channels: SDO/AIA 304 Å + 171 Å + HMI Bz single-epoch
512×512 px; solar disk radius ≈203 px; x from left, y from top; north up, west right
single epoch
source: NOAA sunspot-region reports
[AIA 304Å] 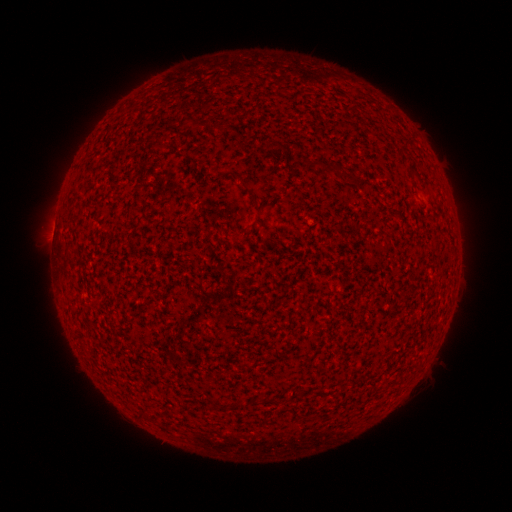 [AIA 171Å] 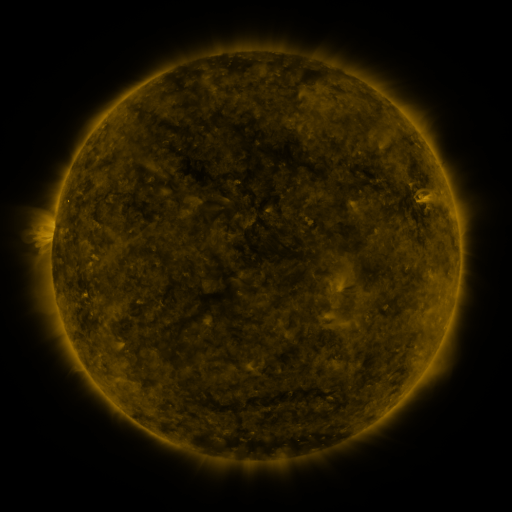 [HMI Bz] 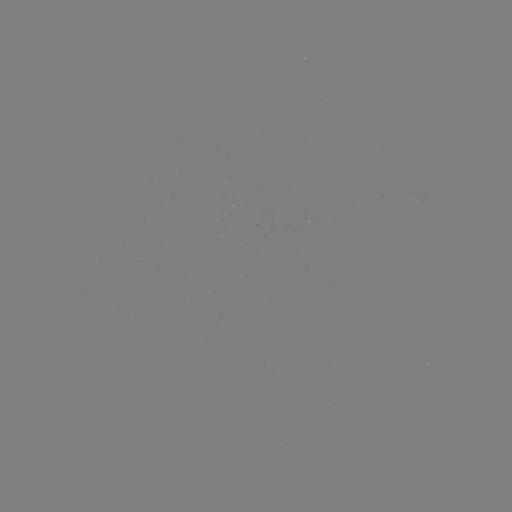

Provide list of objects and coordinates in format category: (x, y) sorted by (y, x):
(none)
